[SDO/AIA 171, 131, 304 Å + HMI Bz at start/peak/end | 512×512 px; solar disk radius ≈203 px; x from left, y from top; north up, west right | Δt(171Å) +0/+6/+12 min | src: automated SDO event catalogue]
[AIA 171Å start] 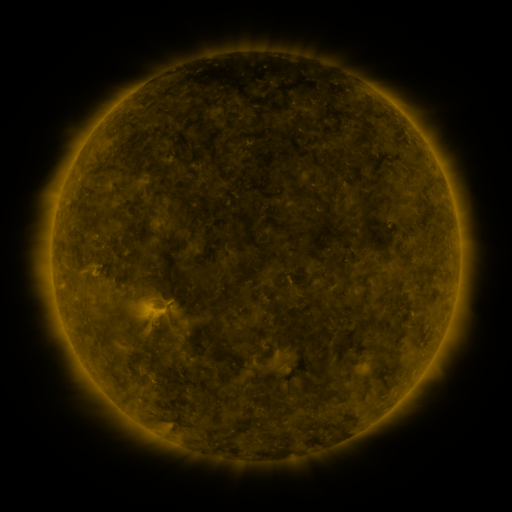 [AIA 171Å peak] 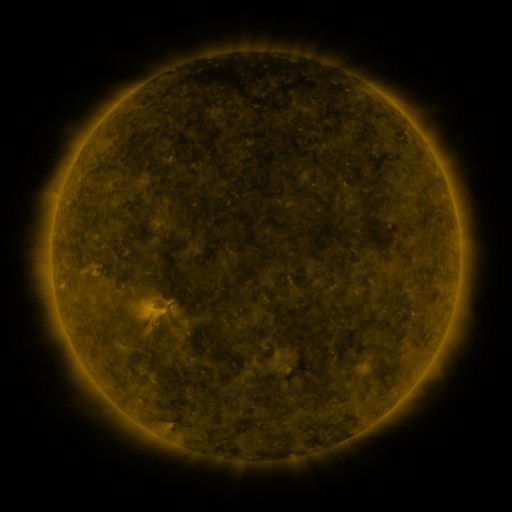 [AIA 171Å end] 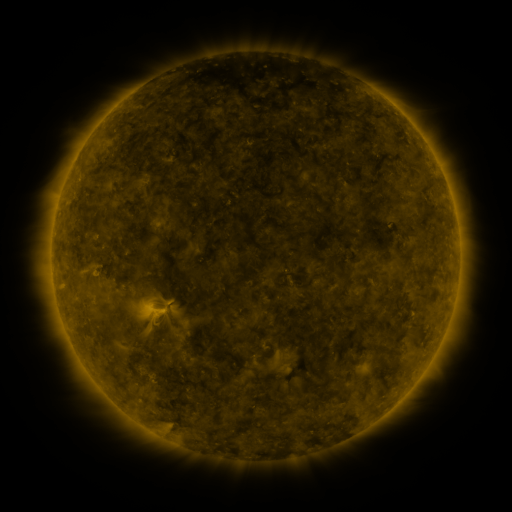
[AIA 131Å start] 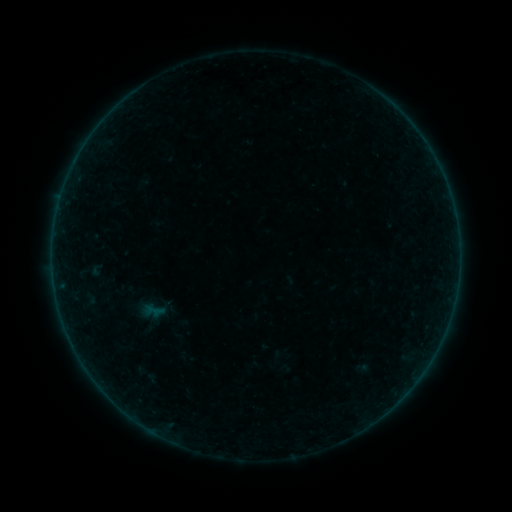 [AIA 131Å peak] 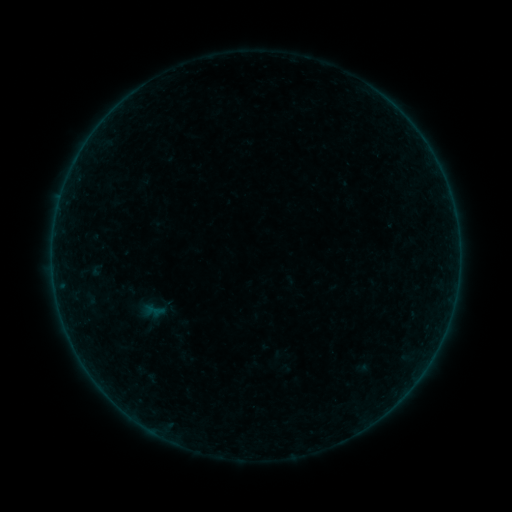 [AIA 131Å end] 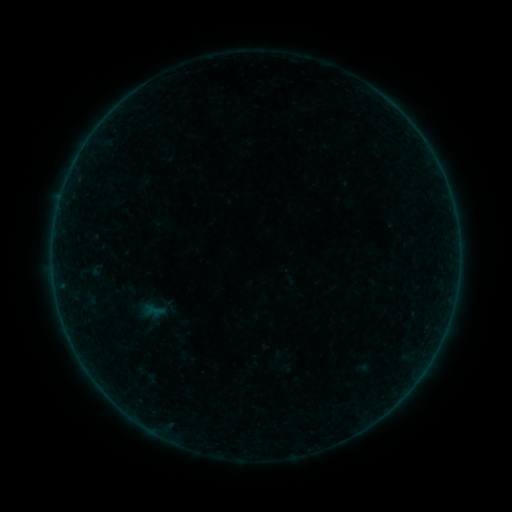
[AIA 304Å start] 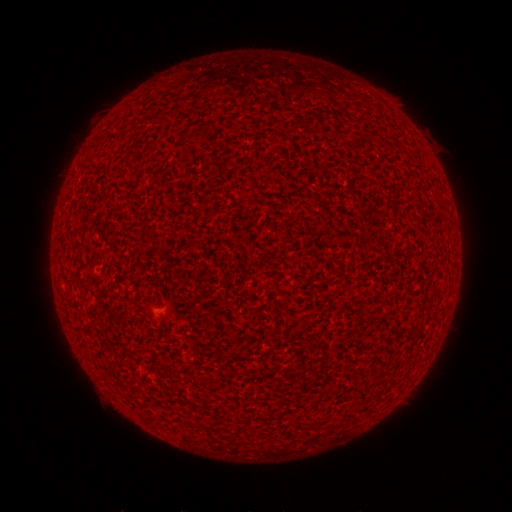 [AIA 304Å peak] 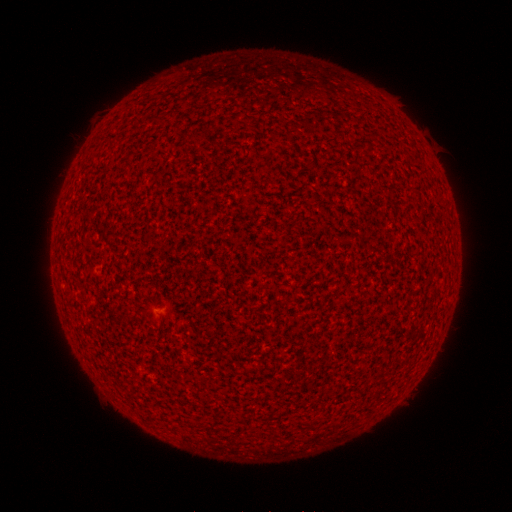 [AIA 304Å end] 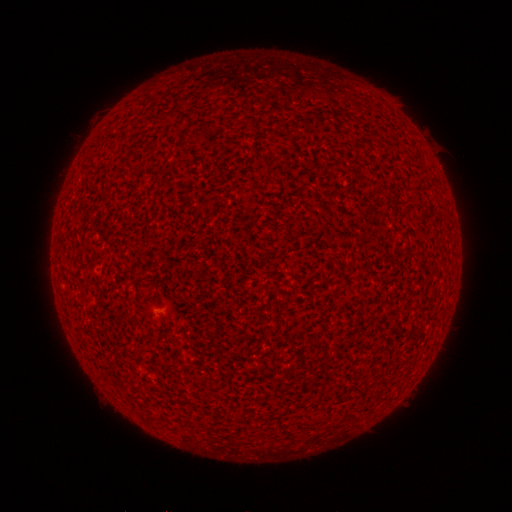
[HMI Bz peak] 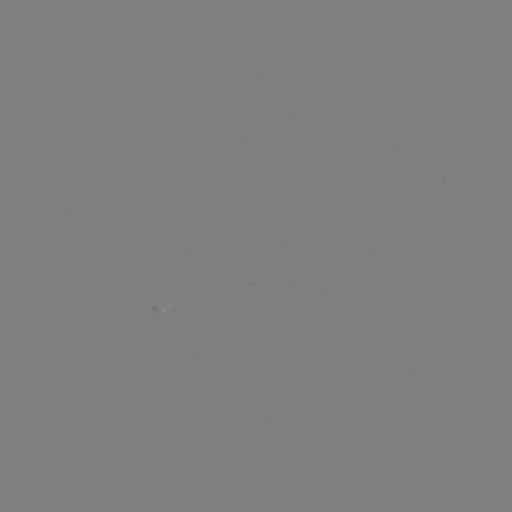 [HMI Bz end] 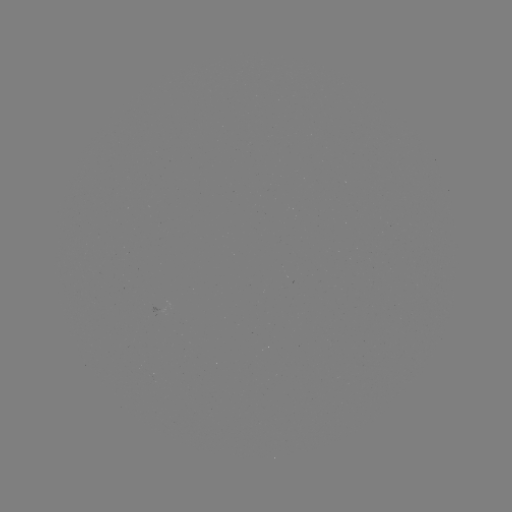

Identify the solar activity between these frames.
no catalogued flare and no flagged EUV brightening in this window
